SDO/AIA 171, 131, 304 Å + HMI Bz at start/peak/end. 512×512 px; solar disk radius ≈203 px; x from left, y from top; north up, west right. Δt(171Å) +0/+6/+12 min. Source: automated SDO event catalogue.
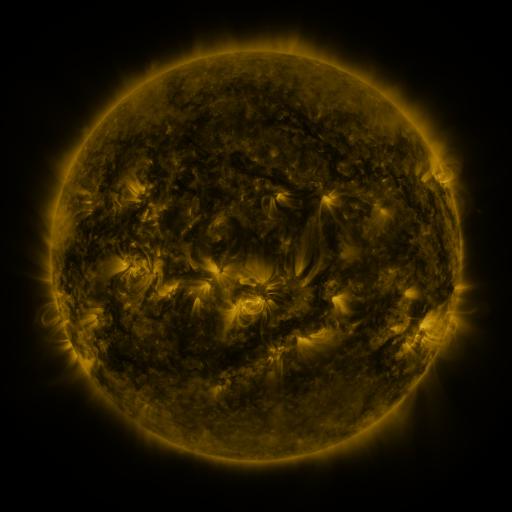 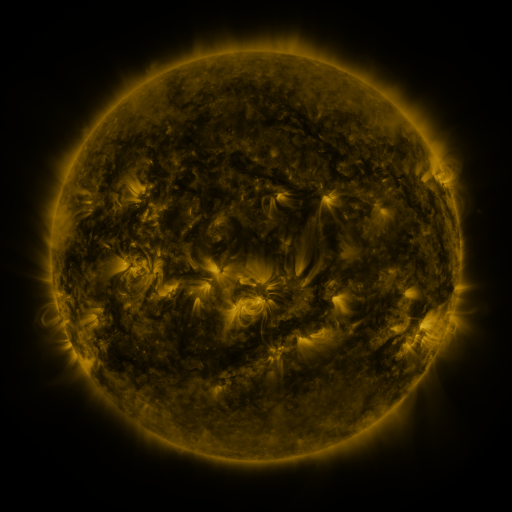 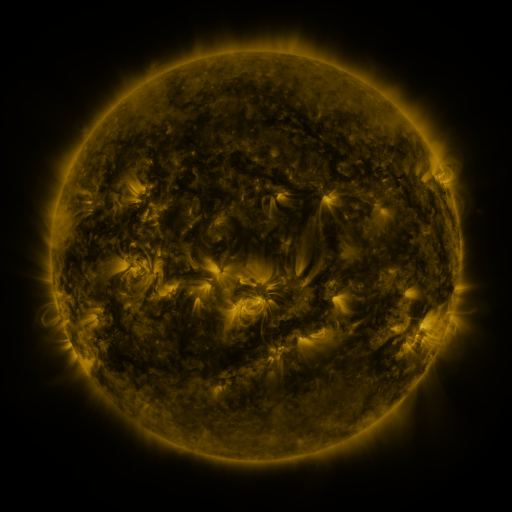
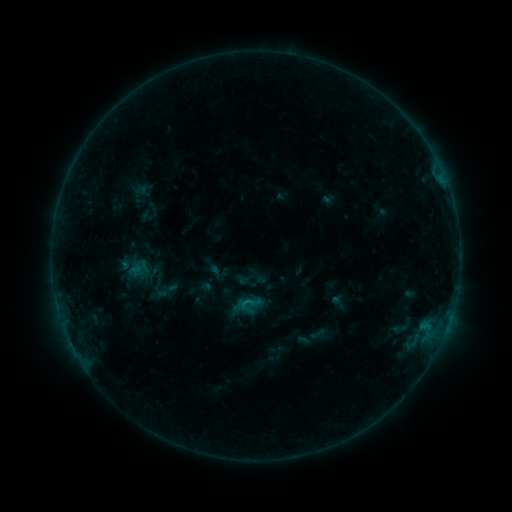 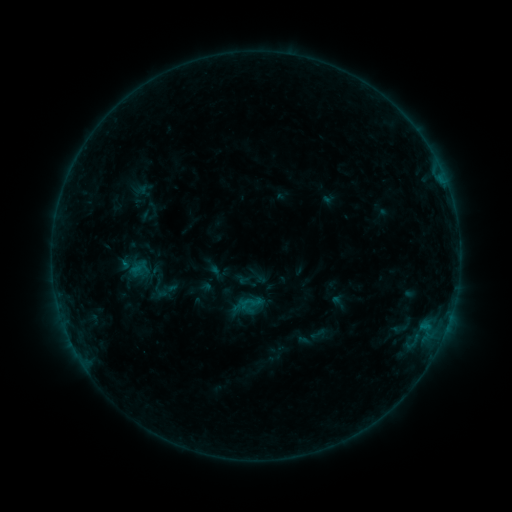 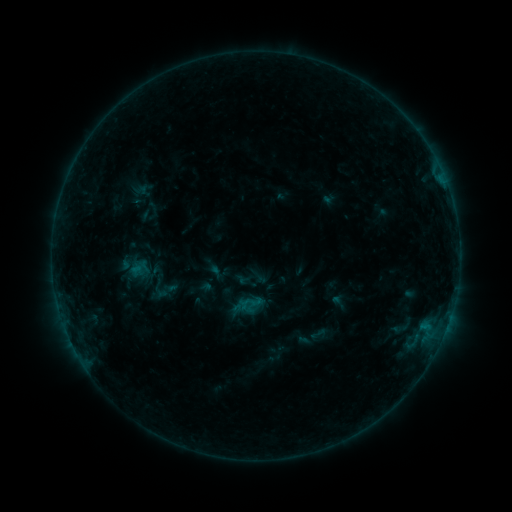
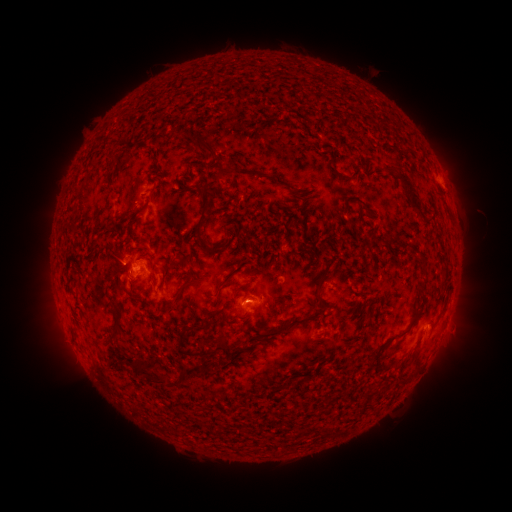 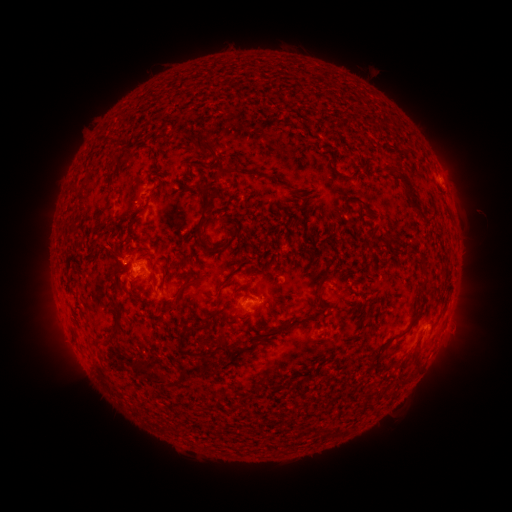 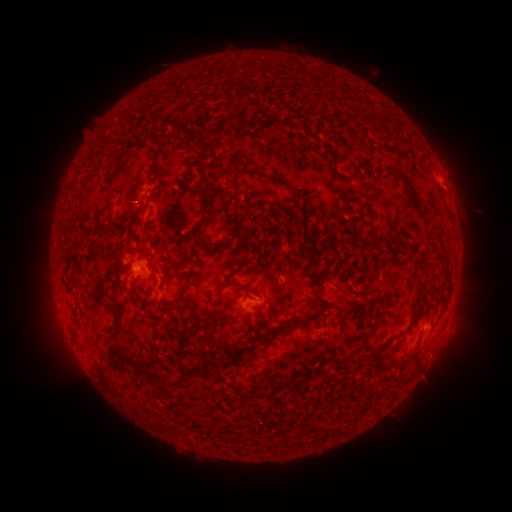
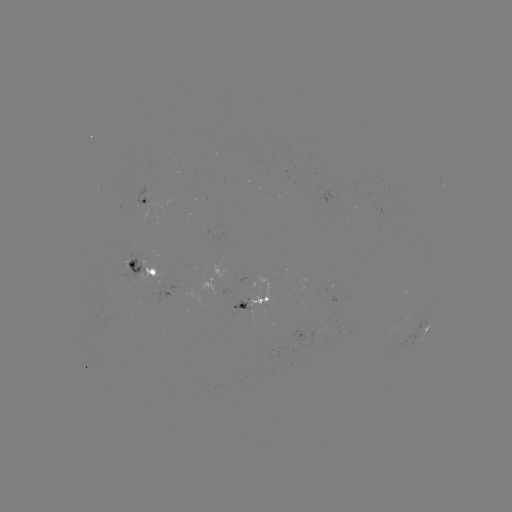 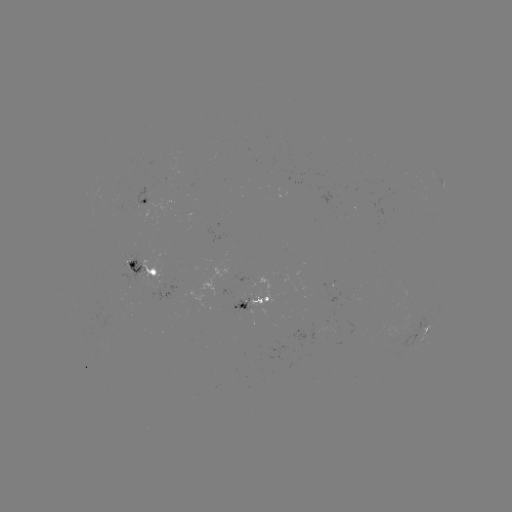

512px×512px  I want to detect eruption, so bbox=[87, 230, 132, 277].